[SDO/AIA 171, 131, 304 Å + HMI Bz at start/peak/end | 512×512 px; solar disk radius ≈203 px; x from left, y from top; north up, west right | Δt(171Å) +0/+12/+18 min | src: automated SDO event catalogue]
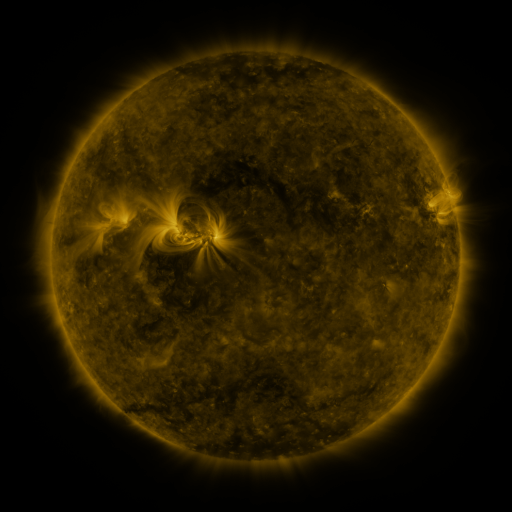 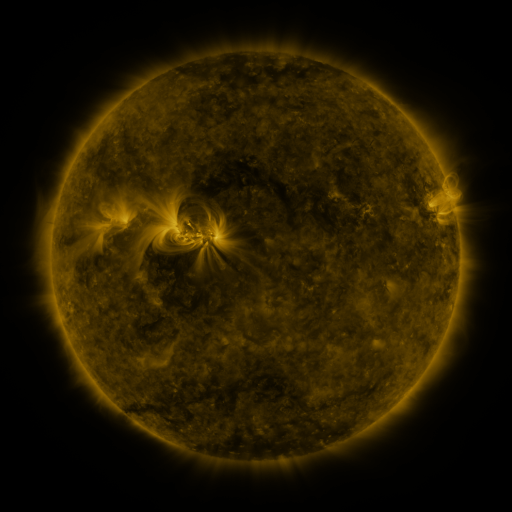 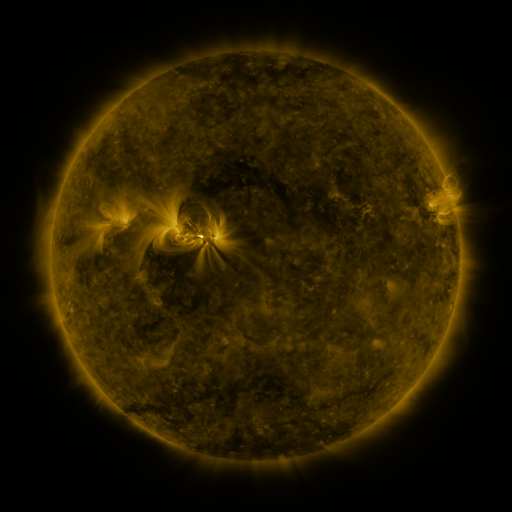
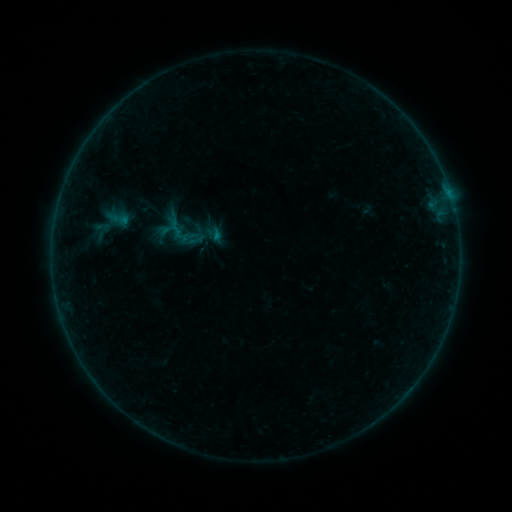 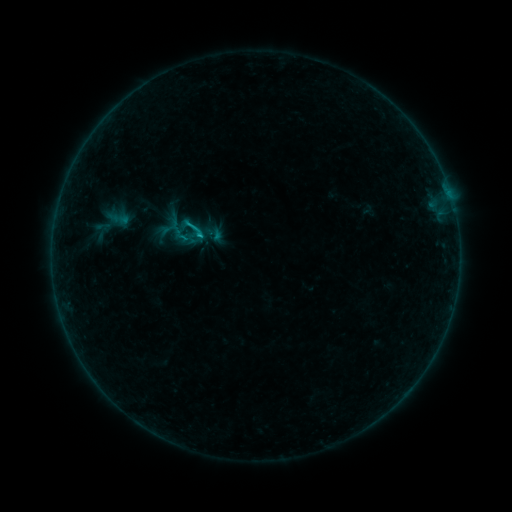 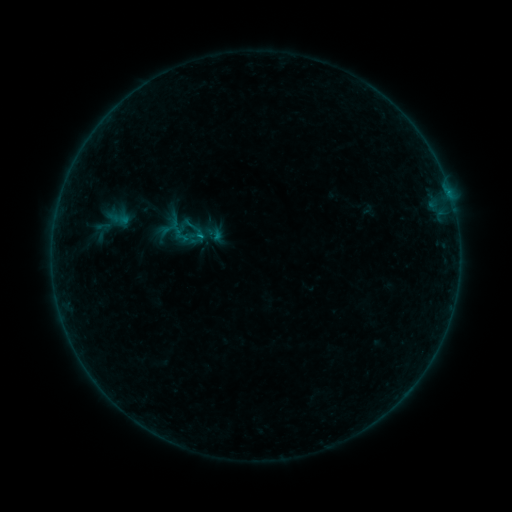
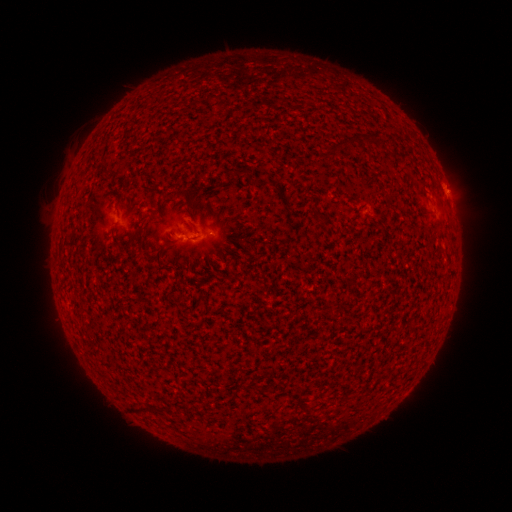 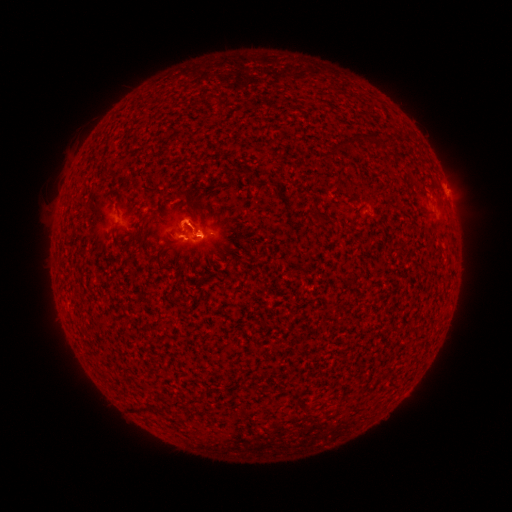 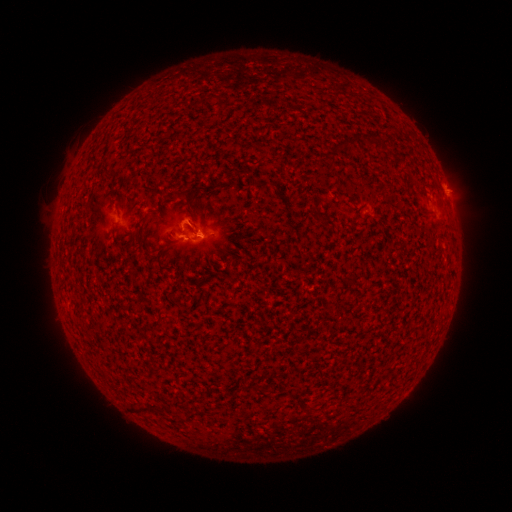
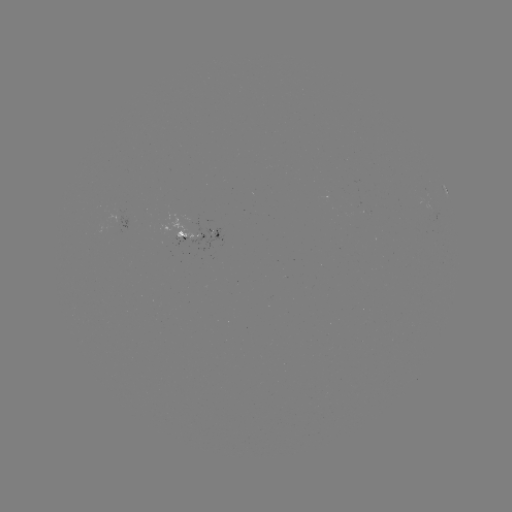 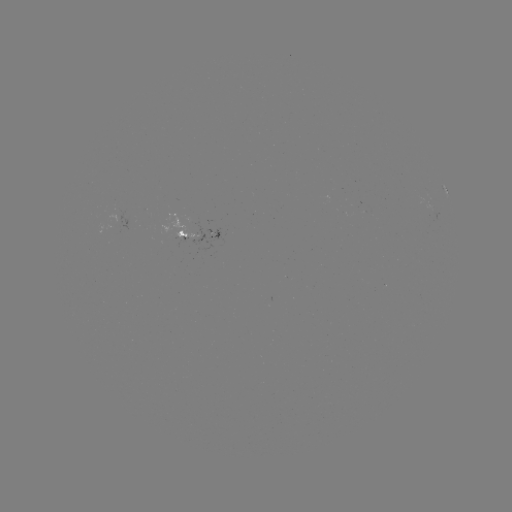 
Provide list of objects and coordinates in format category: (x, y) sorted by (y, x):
B9.4 flare: (199, 237)
